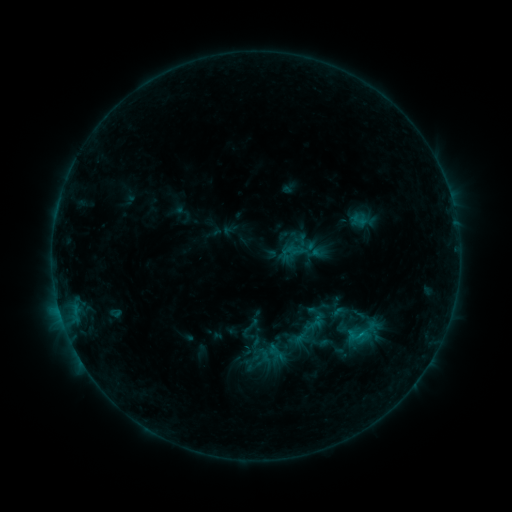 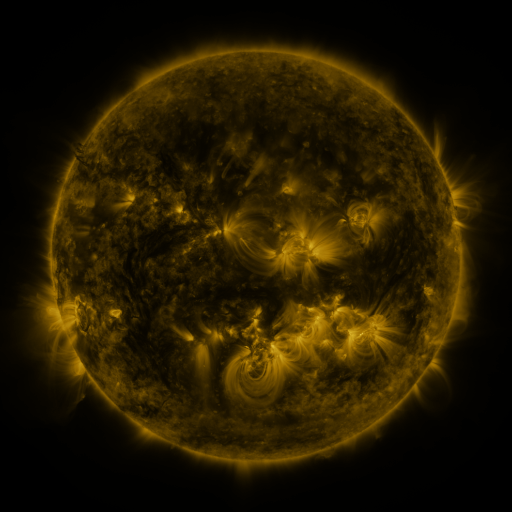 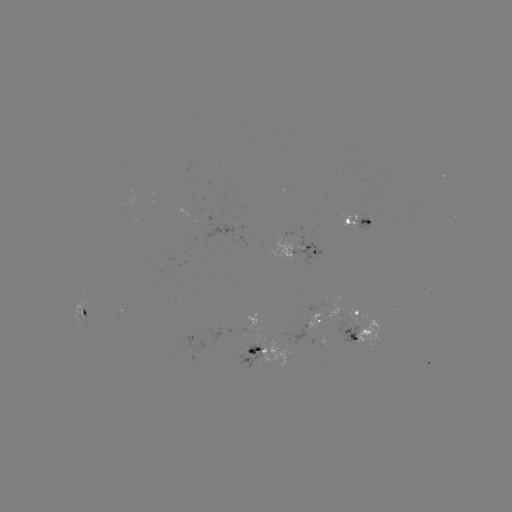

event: sigmoid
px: (250, 328)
